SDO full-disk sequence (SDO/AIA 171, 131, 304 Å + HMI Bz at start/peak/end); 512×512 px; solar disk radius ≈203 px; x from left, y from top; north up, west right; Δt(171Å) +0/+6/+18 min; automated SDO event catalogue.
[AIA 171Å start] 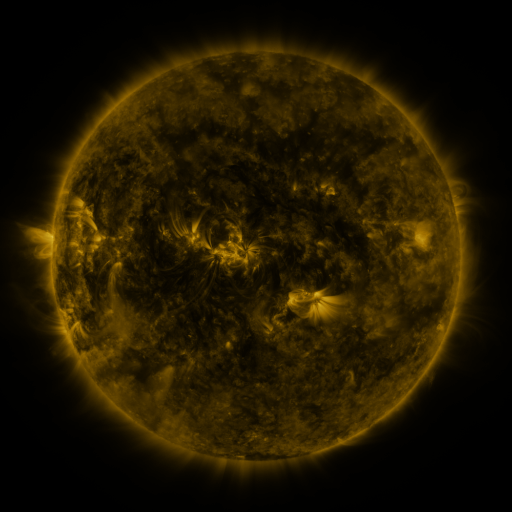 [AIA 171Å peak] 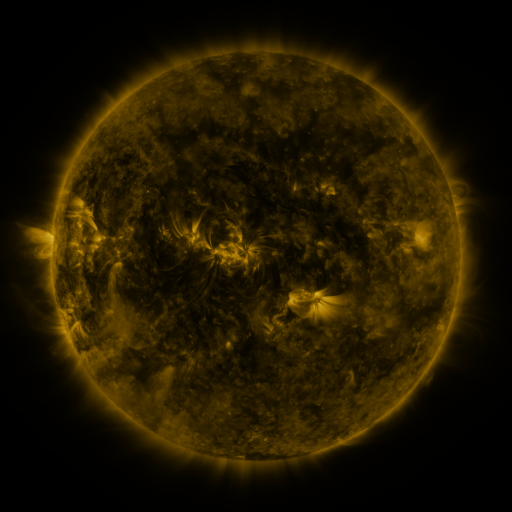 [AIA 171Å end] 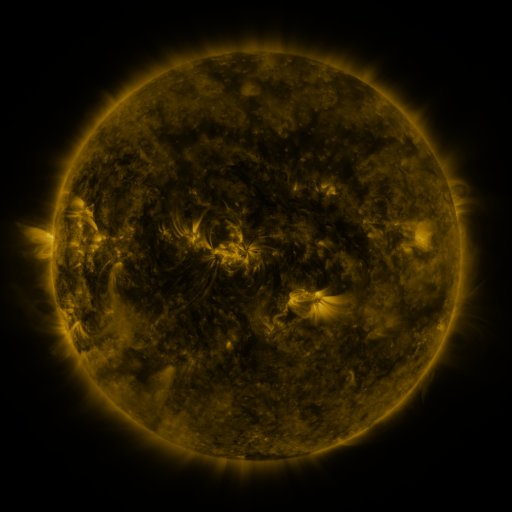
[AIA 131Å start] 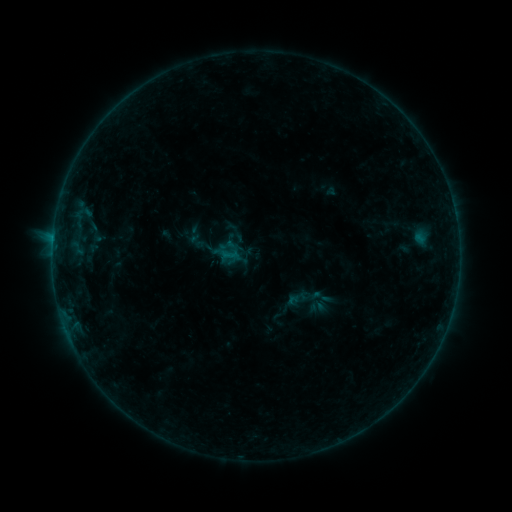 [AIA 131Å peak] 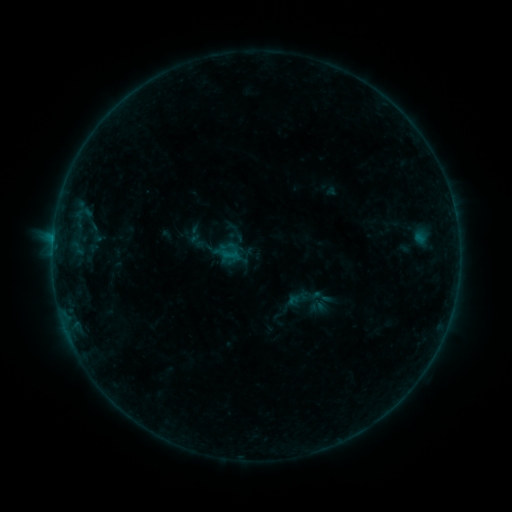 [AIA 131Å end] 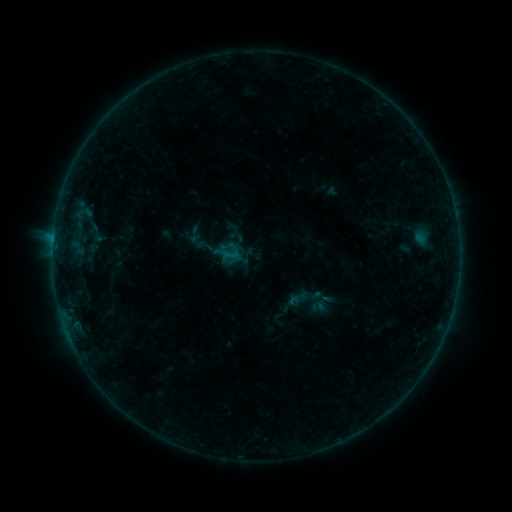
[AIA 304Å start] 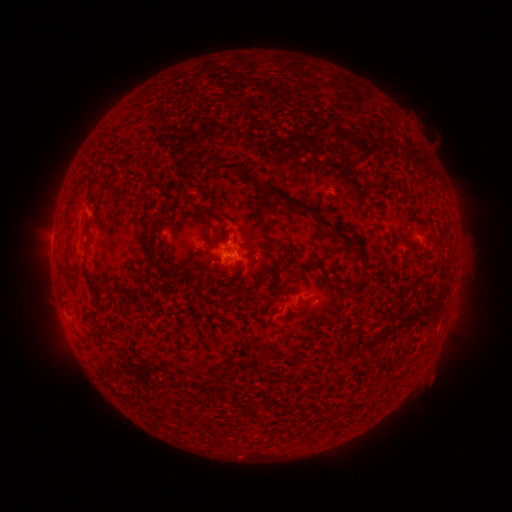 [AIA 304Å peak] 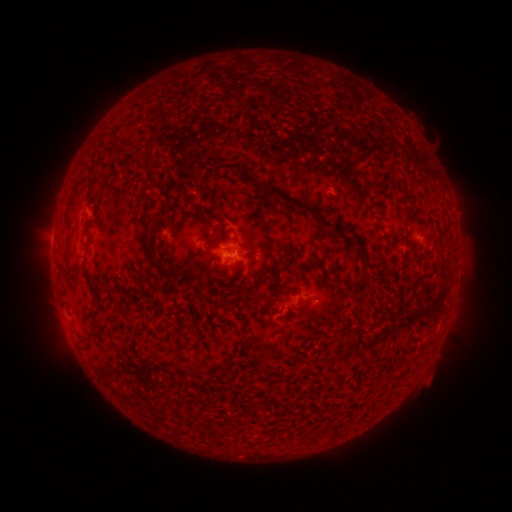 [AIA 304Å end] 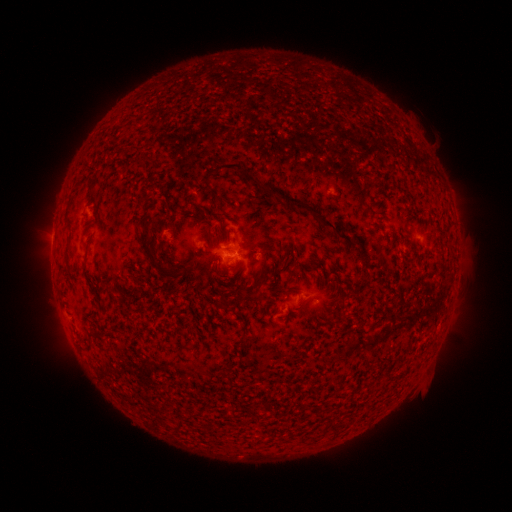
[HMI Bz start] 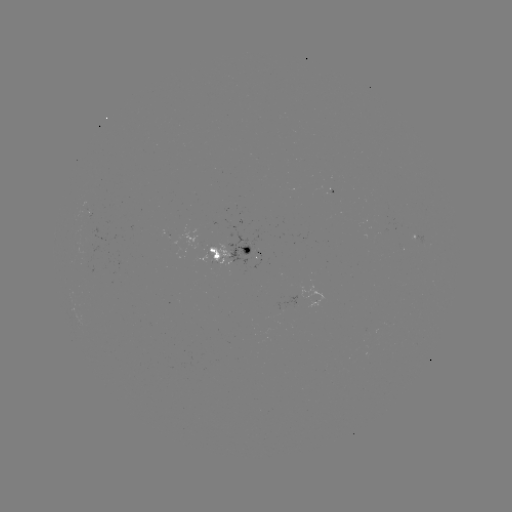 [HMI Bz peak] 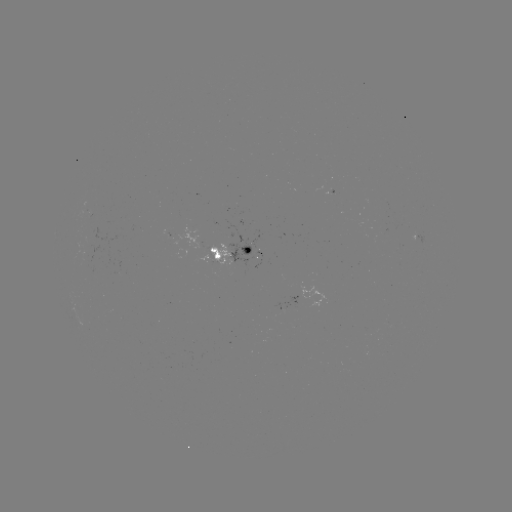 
no flare in any classed list; no EUV-trigger detection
